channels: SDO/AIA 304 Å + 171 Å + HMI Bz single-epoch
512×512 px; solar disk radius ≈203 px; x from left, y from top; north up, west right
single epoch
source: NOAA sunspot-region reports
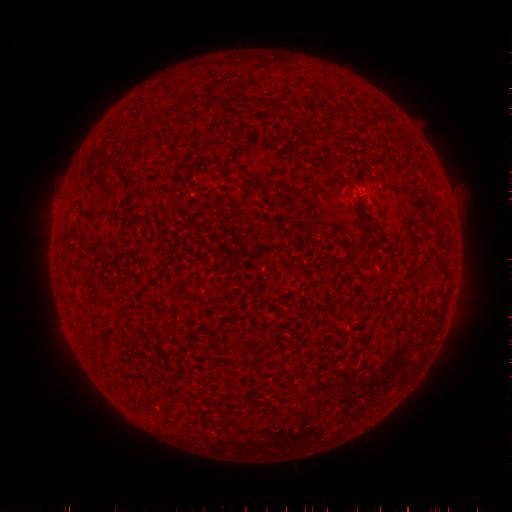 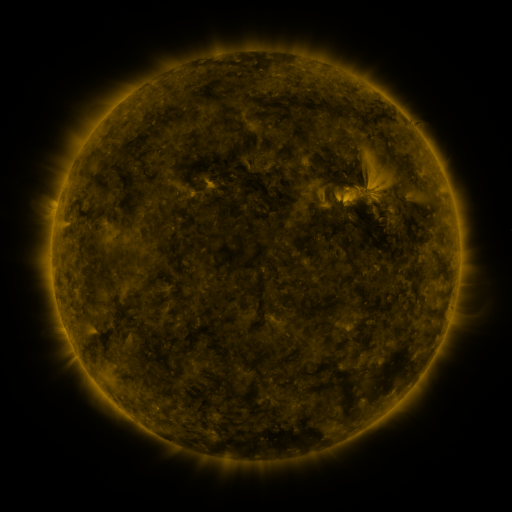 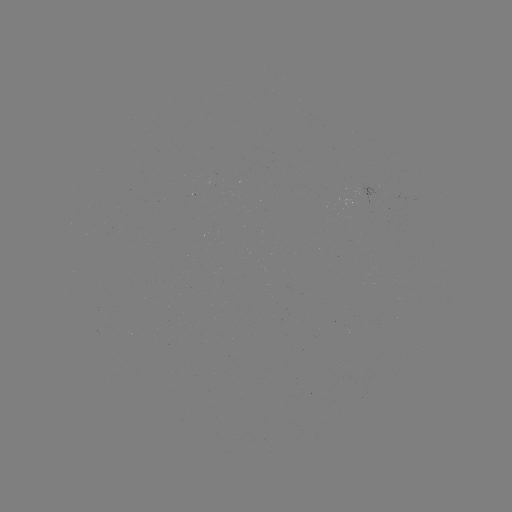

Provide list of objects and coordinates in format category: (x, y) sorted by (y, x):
(none)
